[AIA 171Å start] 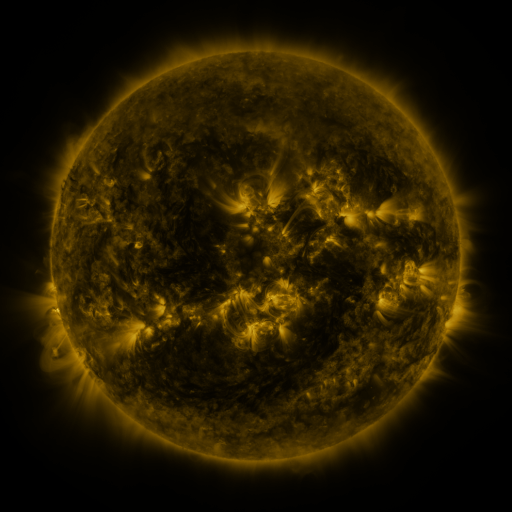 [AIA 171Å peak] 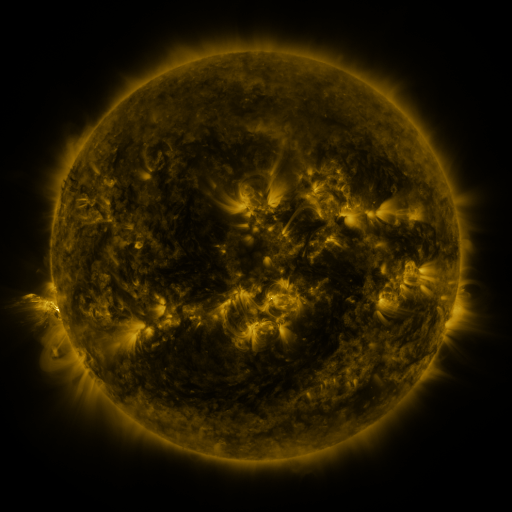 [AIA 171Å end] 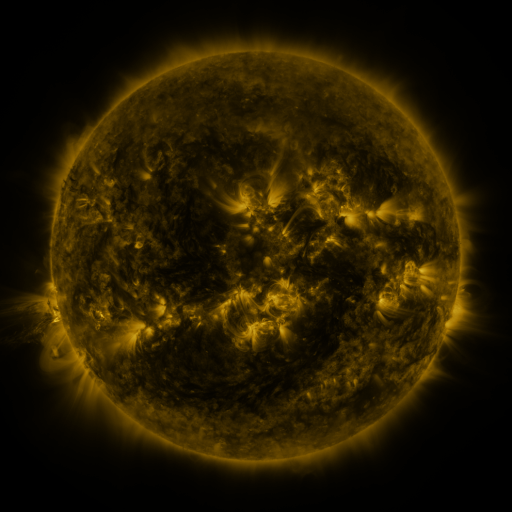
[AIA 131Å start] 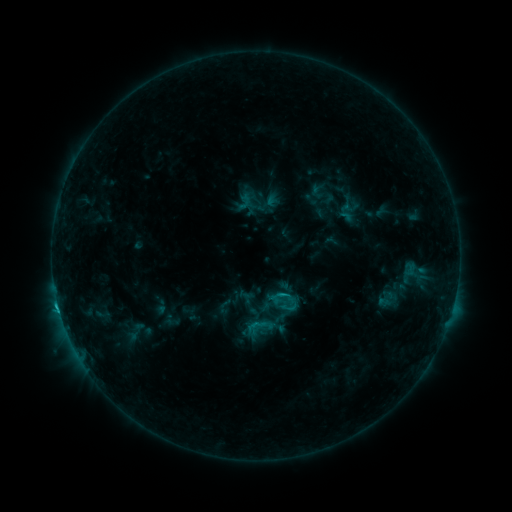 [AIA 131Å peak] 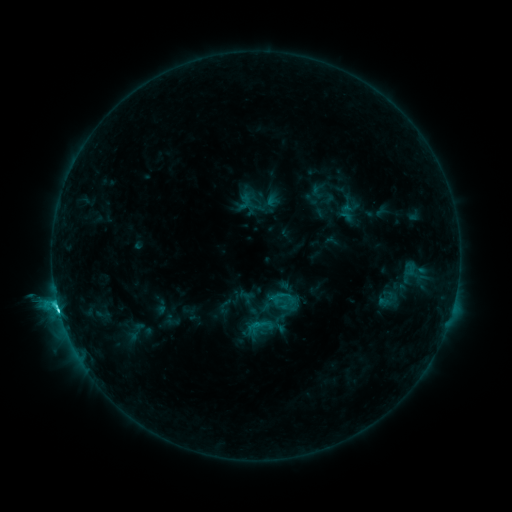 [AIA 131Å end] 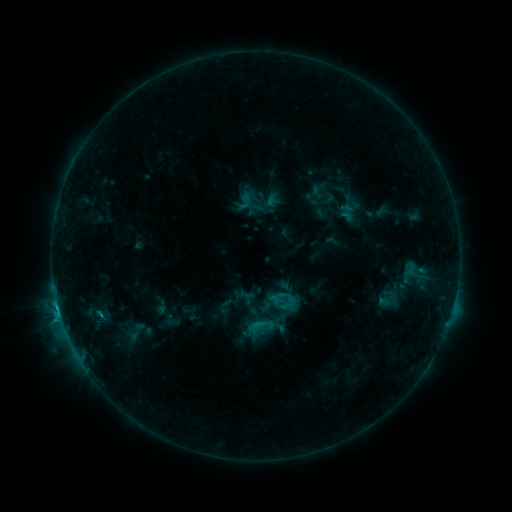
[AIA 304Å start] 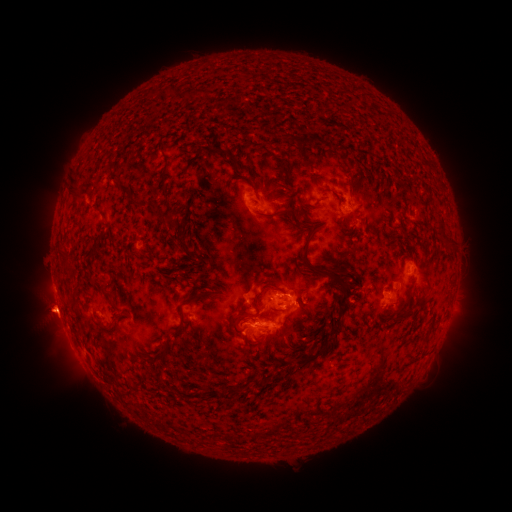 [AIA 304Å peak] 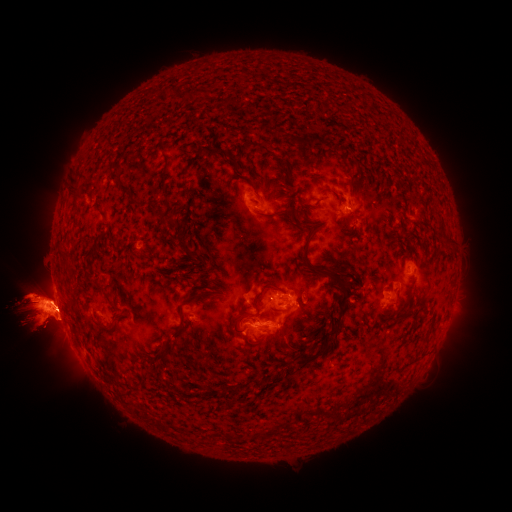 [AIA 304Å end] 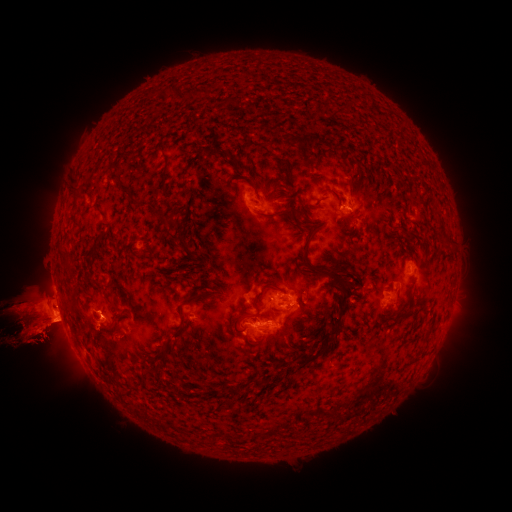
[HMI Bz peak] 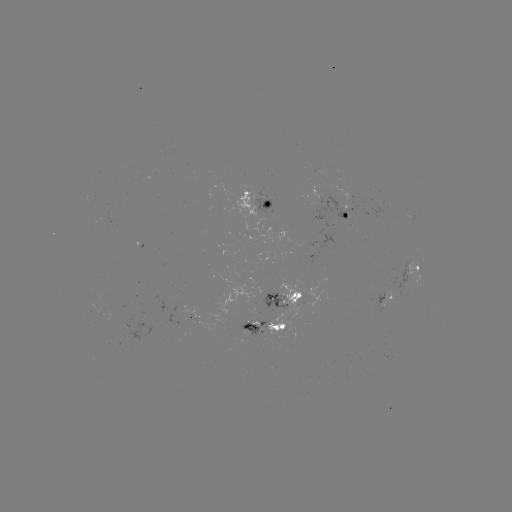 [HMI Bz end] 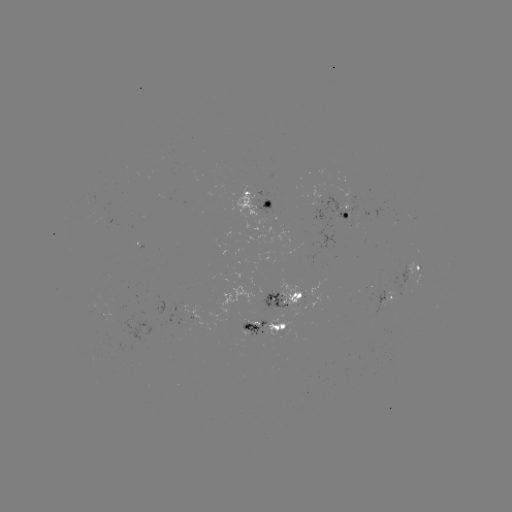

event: flare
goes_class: C5.2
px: (58, 301)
